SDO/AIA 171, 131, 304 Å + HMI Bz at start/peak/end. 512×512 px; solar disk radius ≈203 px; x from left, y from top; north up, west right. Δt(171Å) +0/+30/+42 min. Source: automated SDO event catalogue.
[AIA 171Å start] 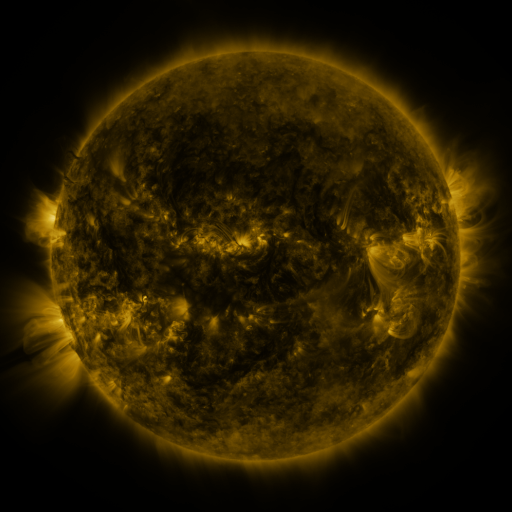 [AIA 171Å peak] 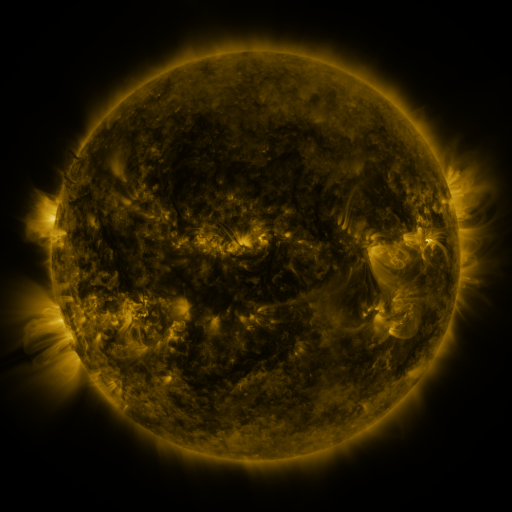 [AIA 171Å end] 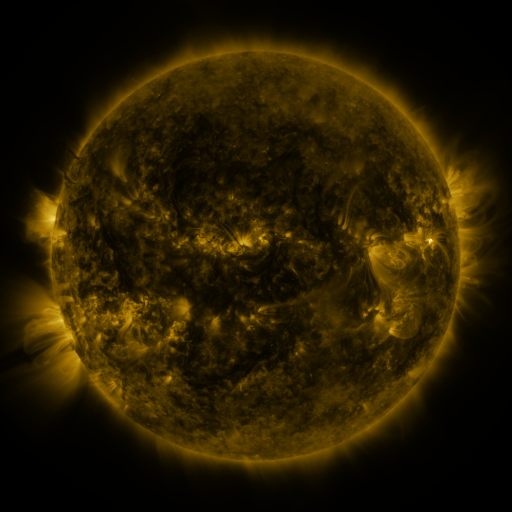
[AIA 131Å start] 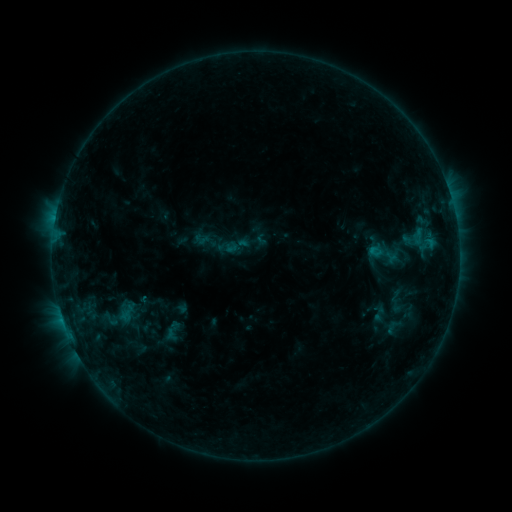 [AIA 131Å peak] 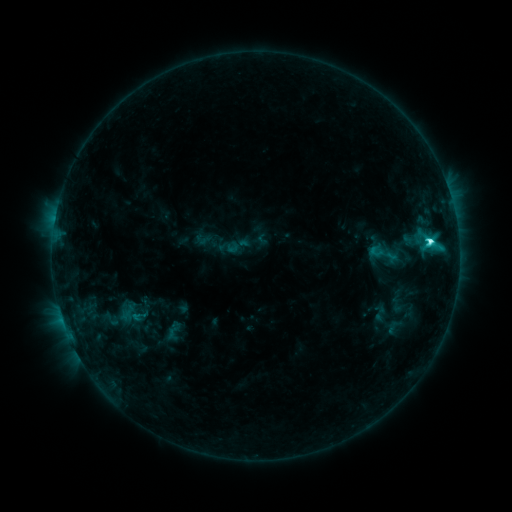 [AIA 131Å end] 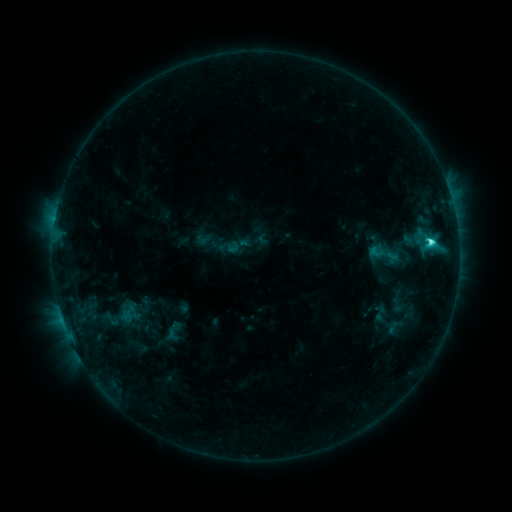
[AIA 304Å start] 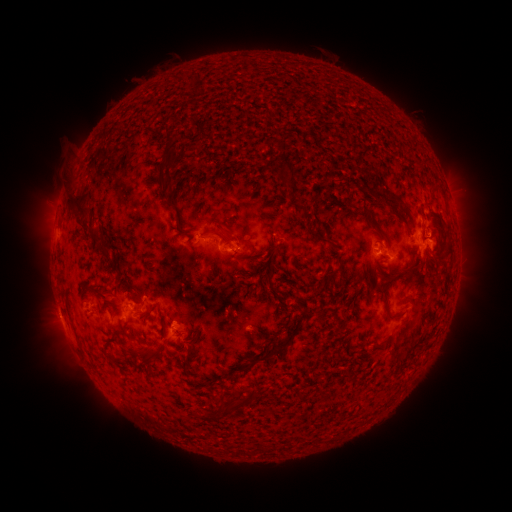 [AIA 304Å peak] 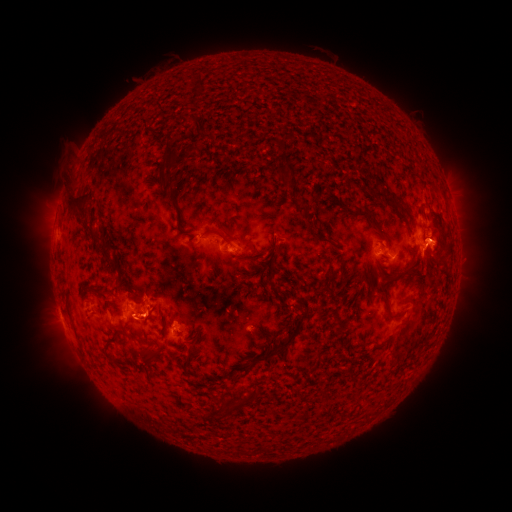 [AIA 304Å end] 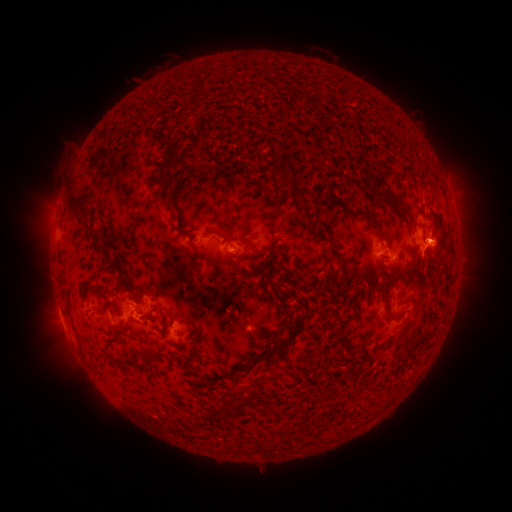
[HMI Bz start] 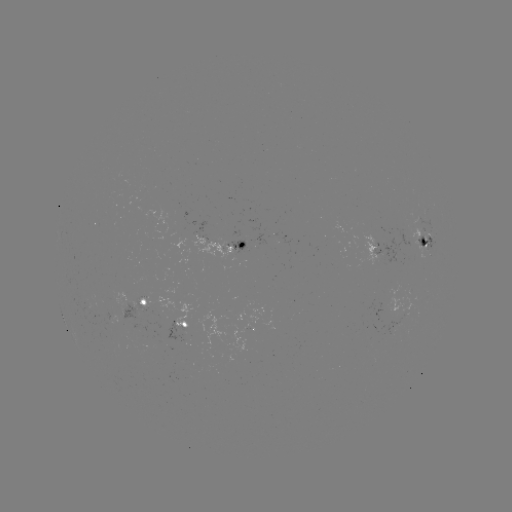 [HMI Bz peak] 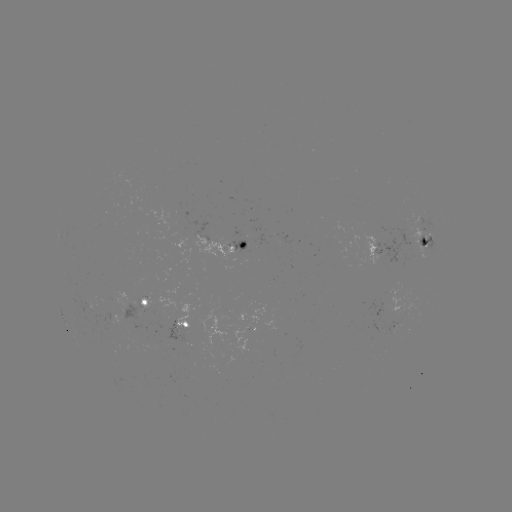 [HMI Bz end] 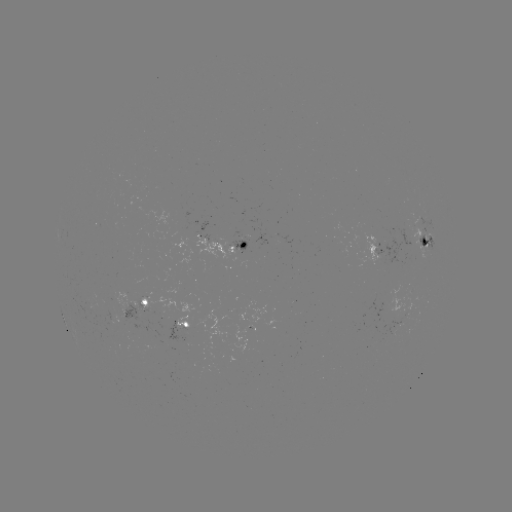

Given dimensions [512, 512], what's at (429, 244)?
C5.6 flare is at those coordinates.